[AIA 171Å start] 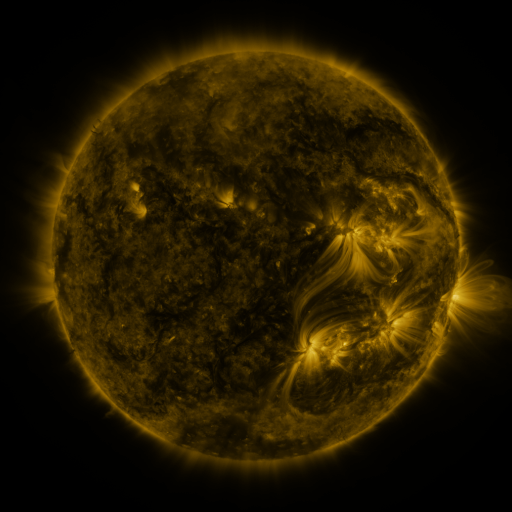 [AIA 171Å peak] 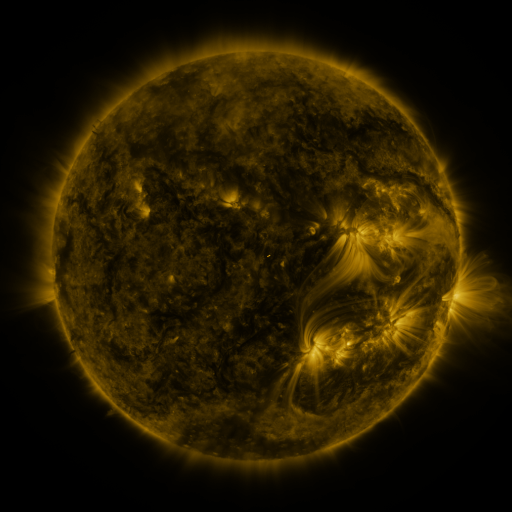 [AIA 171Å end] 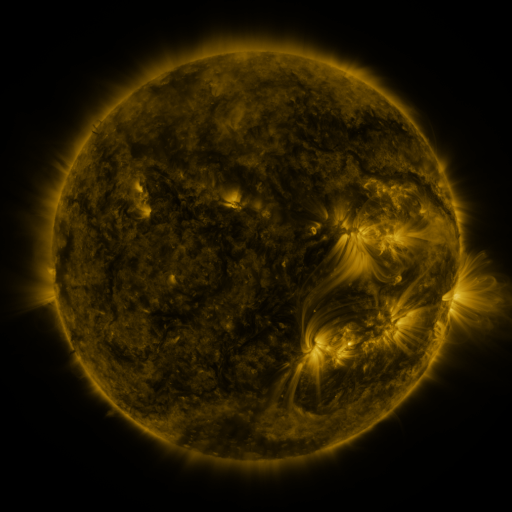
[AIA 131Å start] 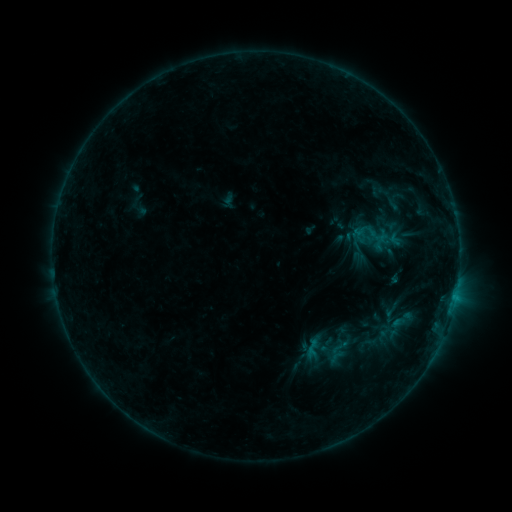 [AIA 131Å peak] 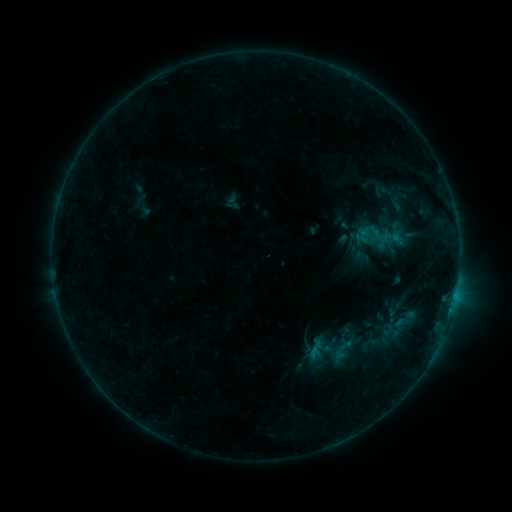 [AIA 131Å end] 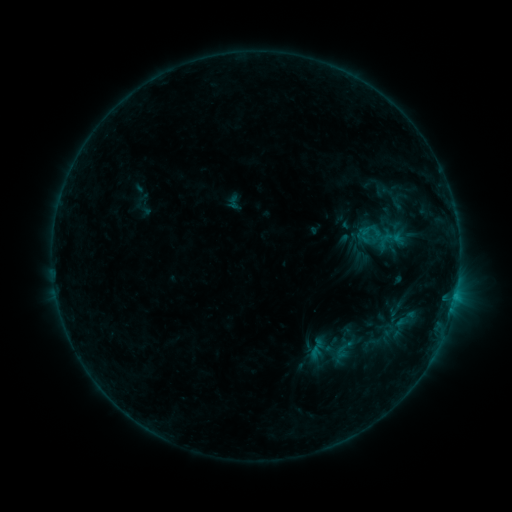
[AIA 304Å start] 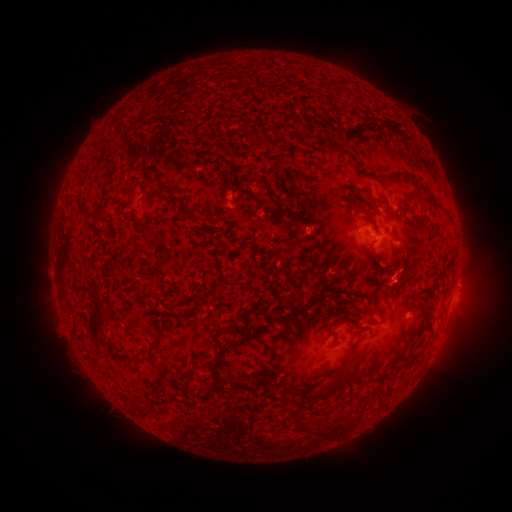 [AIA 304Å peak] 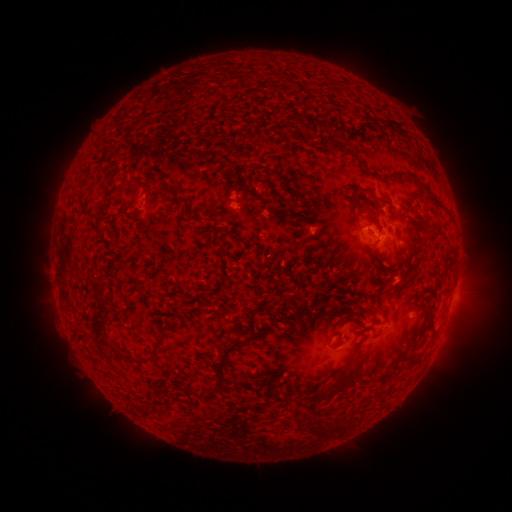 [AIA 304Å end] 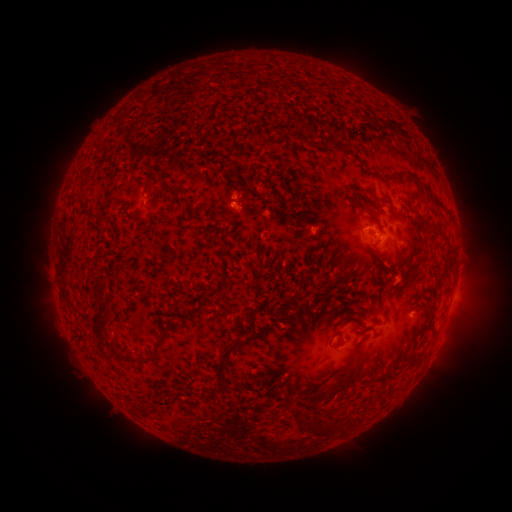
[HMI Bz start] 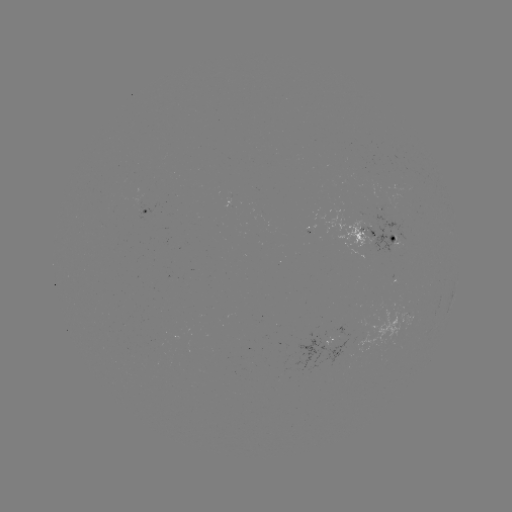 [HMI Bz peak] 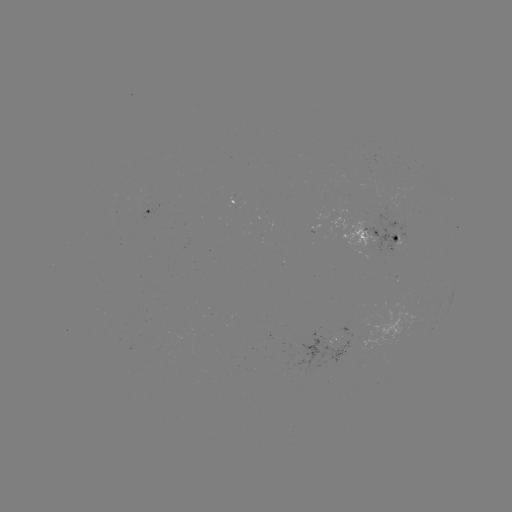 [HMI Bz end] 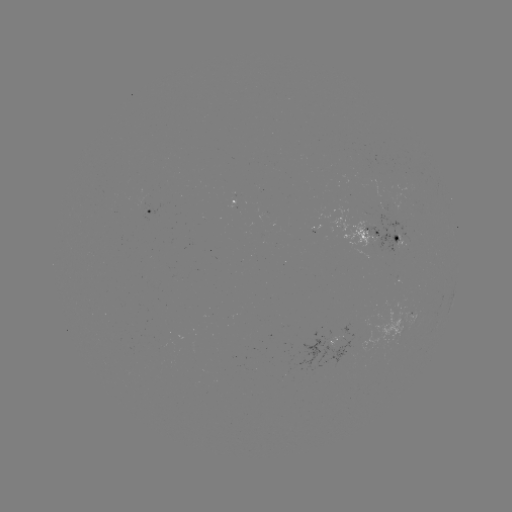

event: emerging-flux region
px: (385, 221)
